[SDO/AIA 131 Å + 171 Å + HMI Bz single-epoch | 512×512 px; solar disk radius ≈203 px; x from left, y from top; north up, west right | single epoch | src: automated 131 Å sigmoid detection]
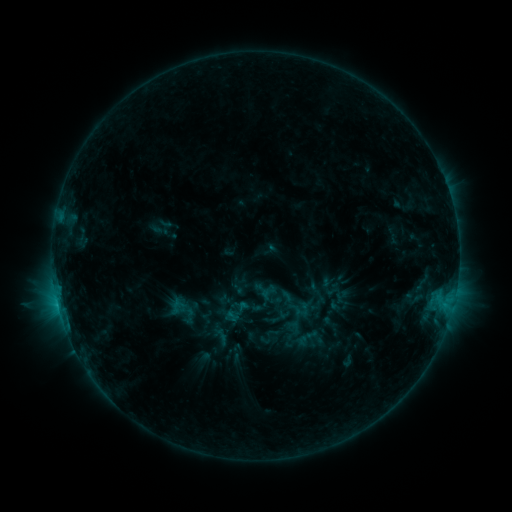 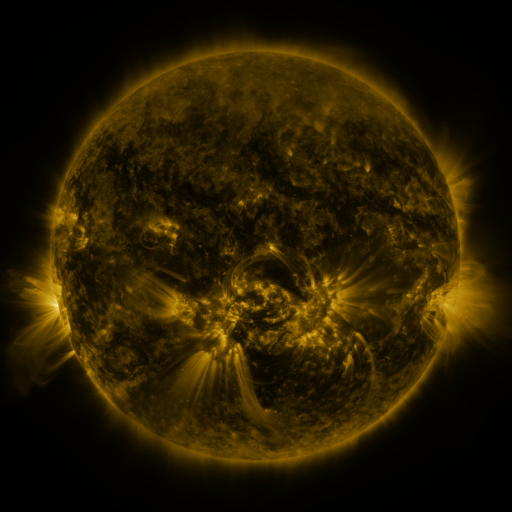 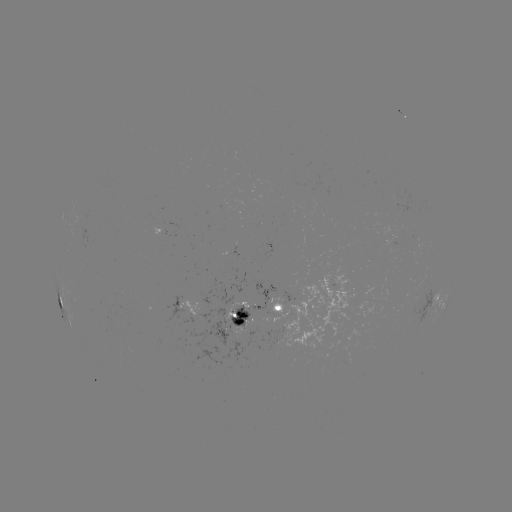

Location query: sigmoid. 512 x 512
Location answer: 242,308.